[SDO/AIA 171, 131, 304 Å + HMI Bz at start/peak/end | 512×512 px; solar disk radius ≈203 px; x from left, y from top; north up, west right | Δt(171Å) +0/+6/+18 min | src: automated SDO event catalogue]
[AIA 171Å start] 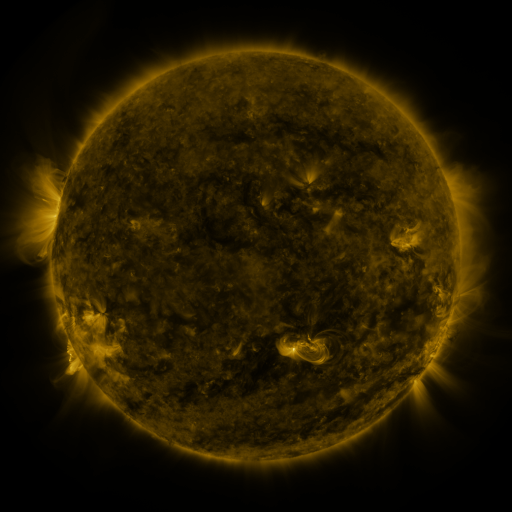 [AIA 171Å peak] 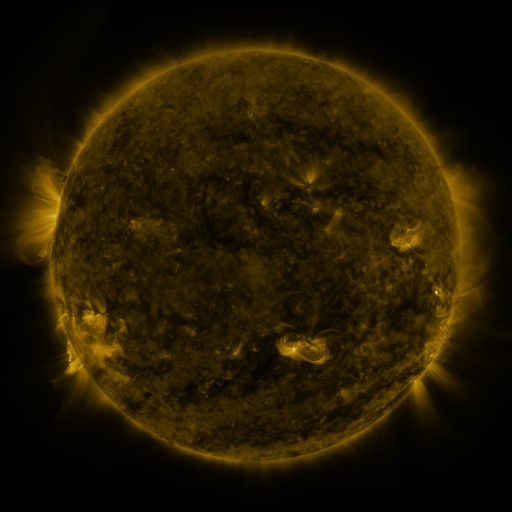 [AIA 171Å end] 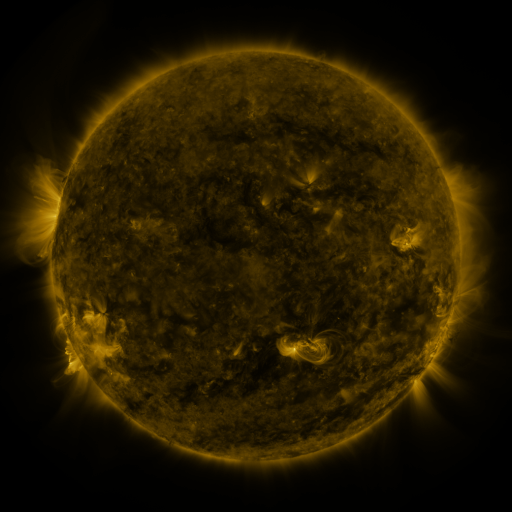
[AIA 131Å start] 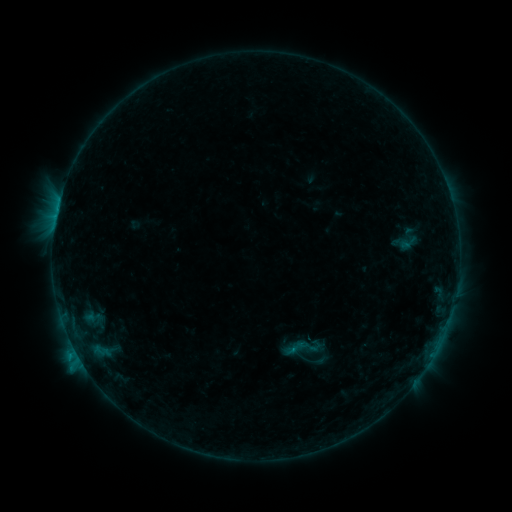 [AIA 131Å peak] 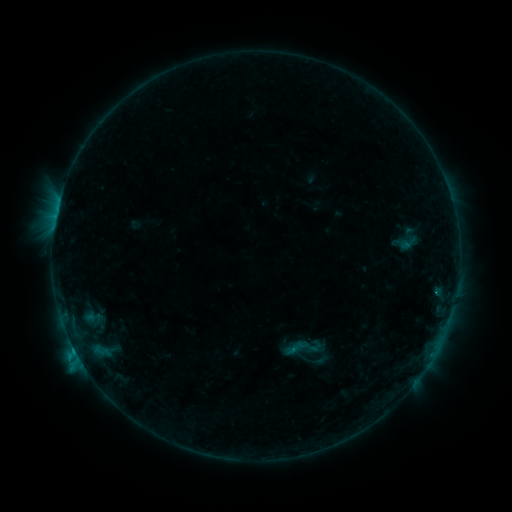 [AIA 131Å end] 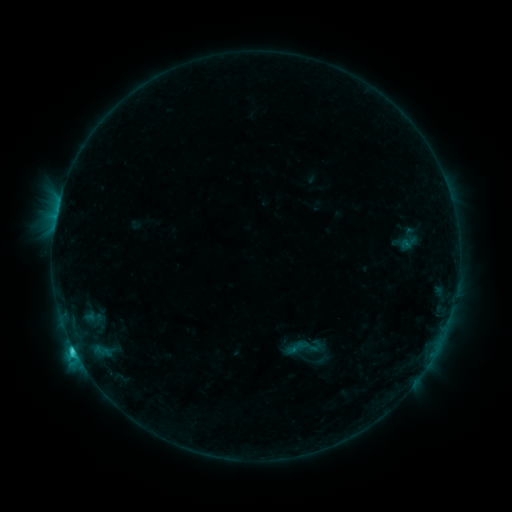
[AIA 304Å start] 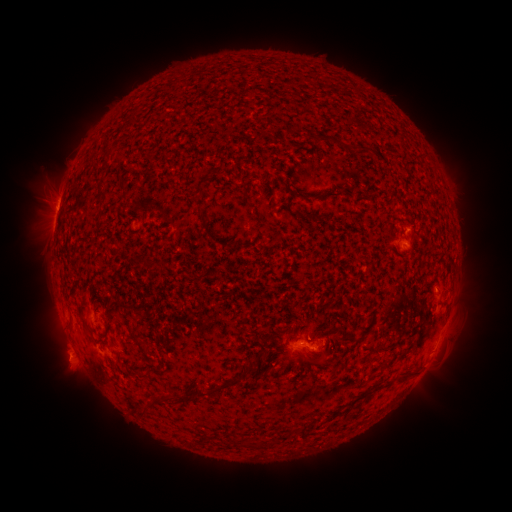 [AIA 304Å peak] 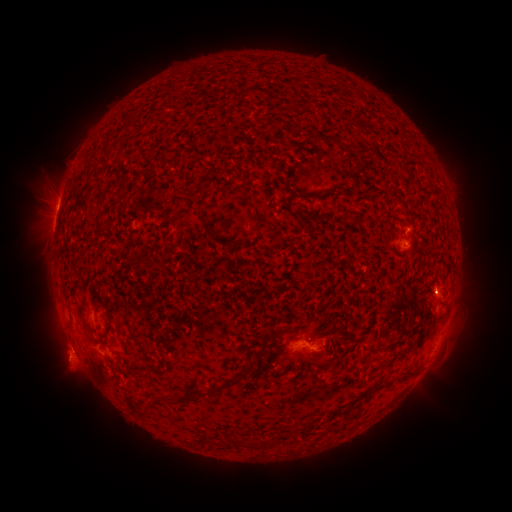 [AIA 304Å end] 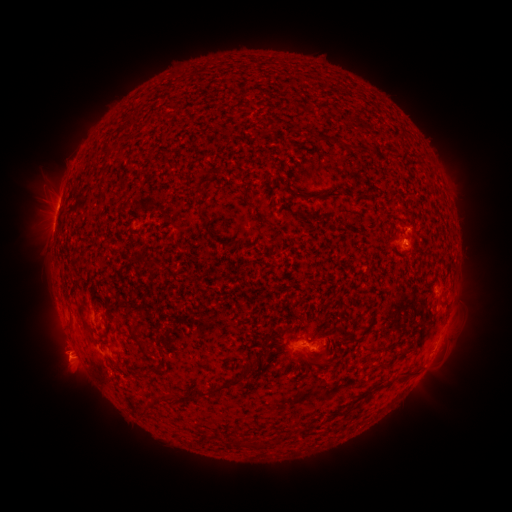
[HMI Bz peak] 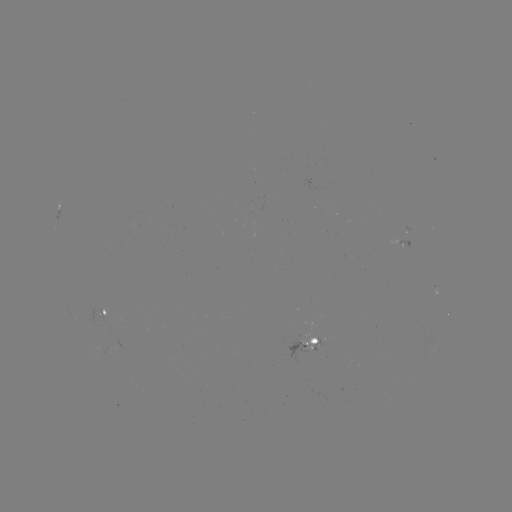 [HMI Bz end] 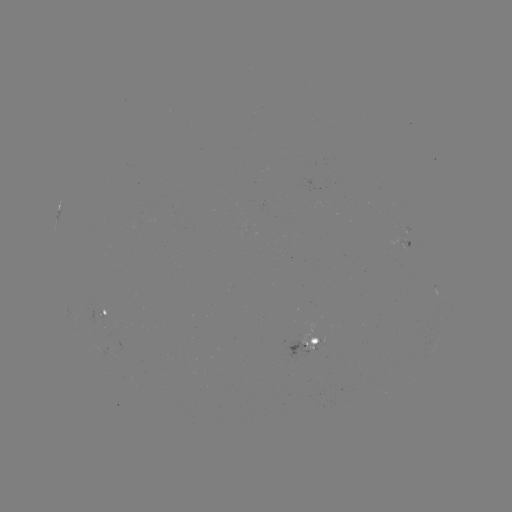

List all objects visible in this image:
C1.7 flare: (75, 349)
